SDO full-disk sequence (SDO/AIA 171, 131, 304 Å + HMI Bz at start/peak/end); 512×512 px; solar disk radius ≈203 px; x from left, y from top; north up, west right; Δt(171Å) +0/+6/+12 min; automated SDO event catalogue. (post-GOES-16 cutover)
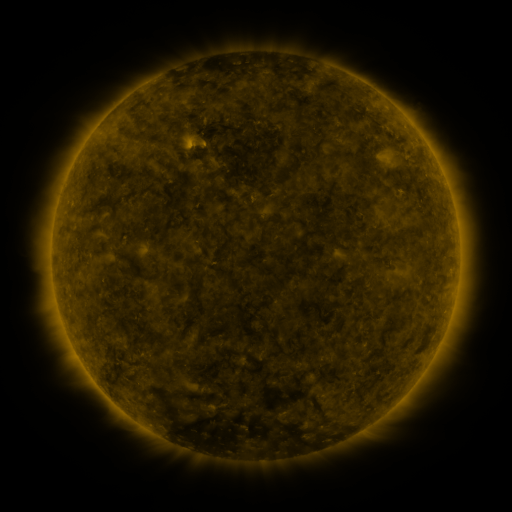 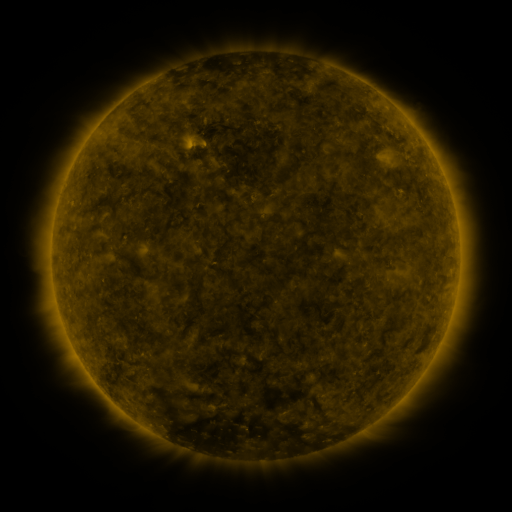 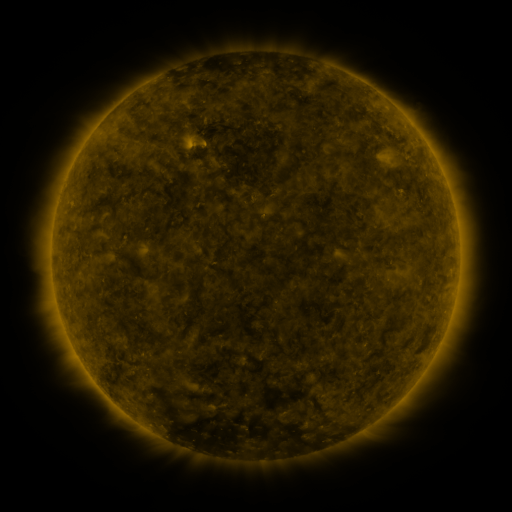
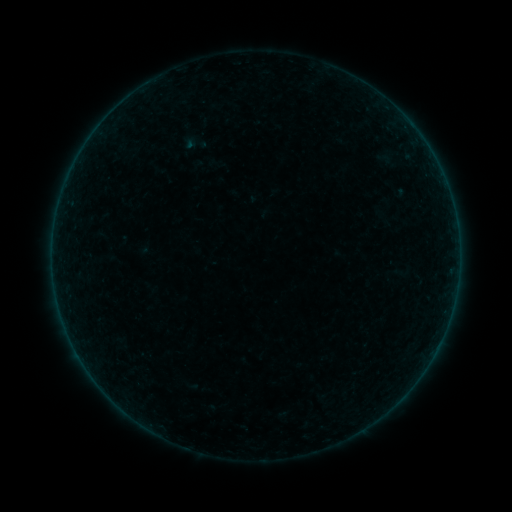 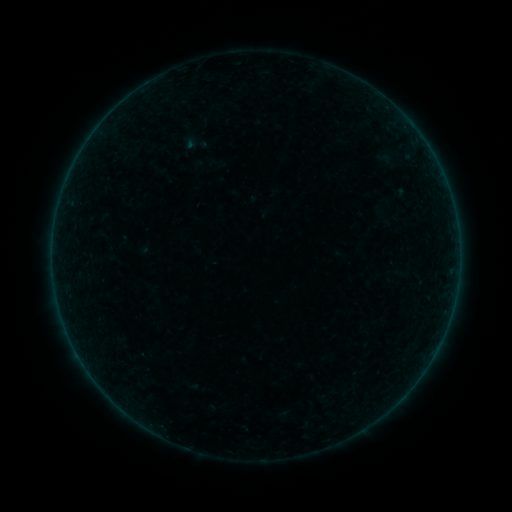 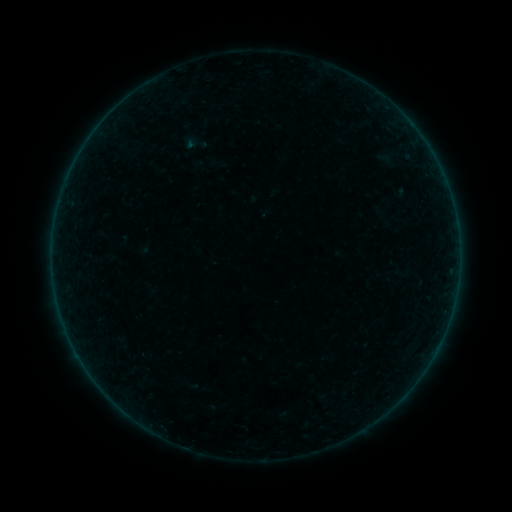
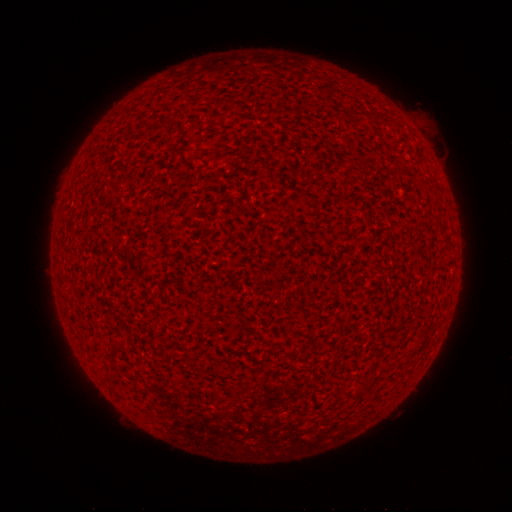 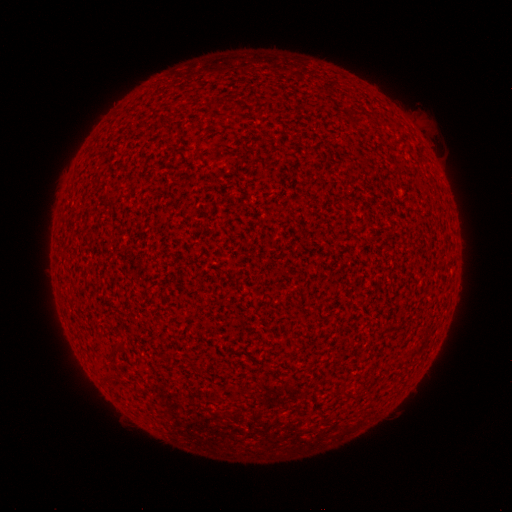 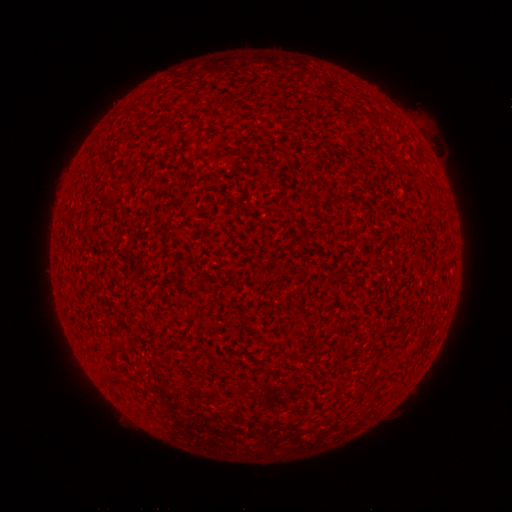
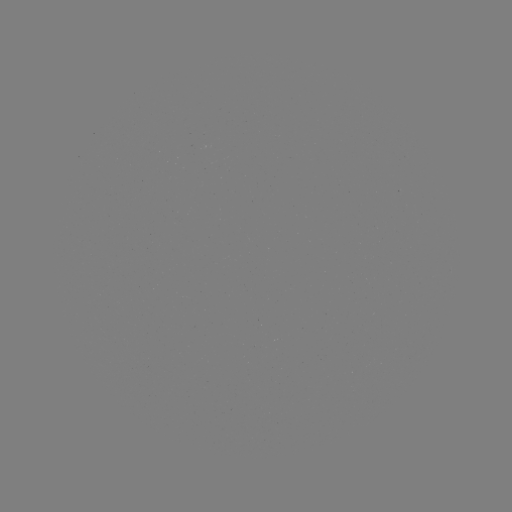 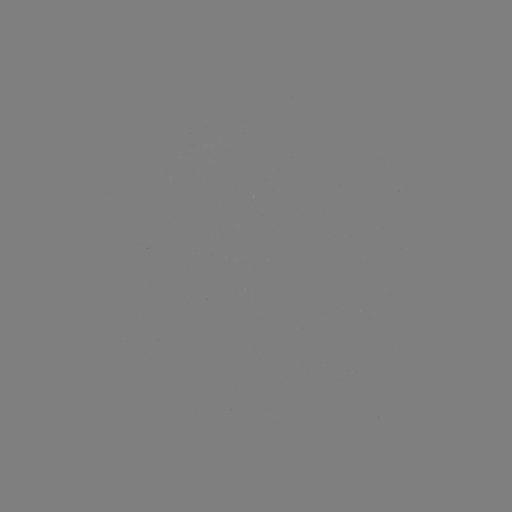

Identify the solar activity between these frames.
no catalogued flare and no flagged EUV brightening in this window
